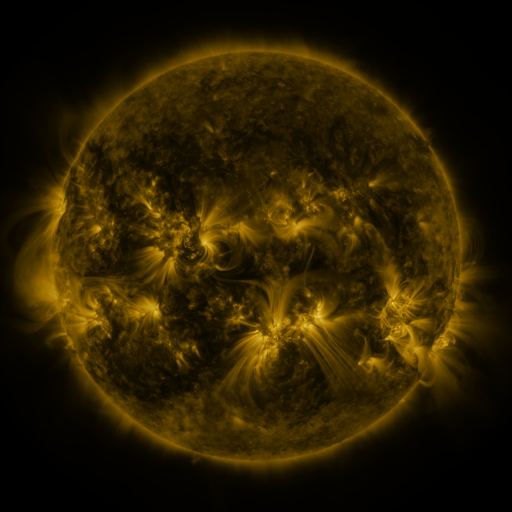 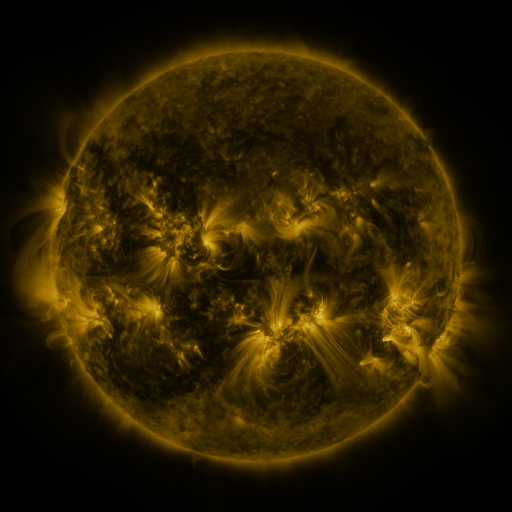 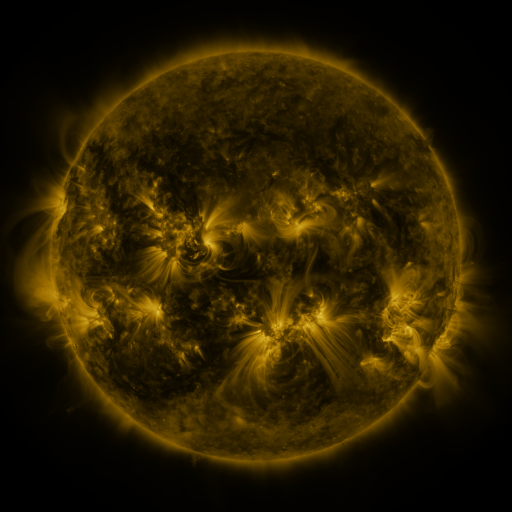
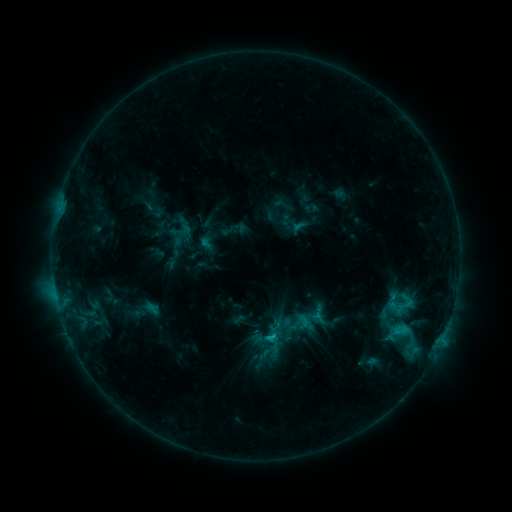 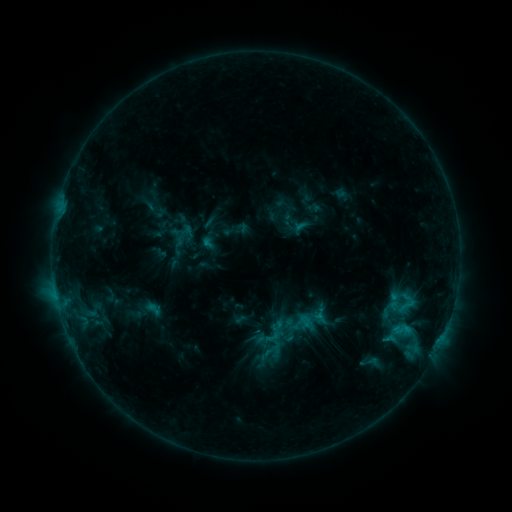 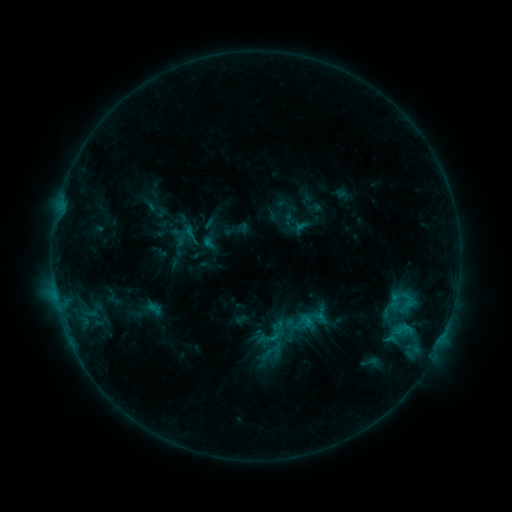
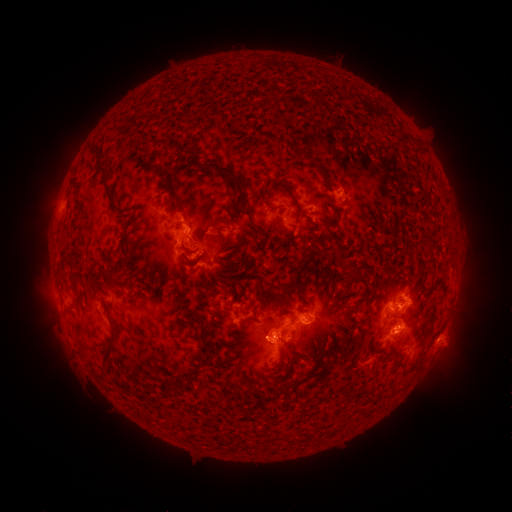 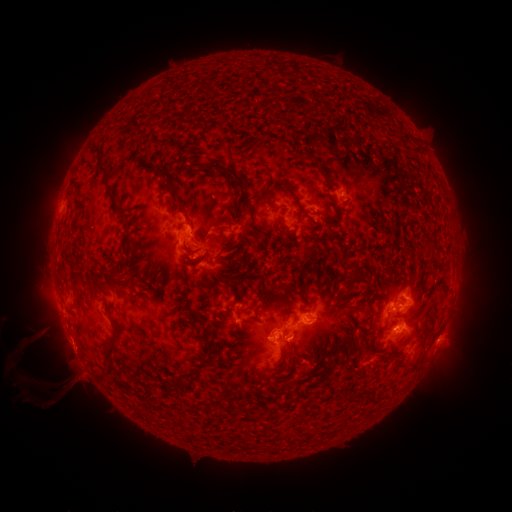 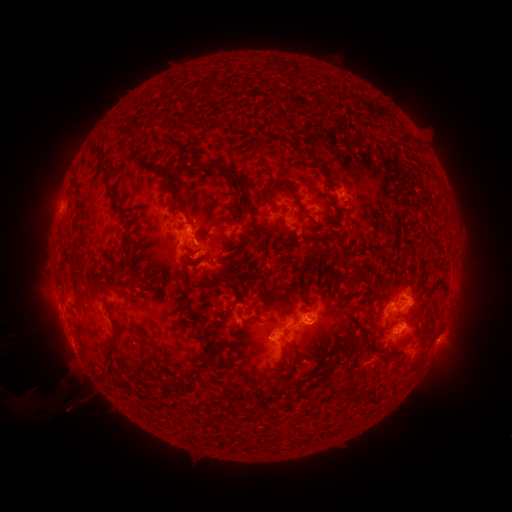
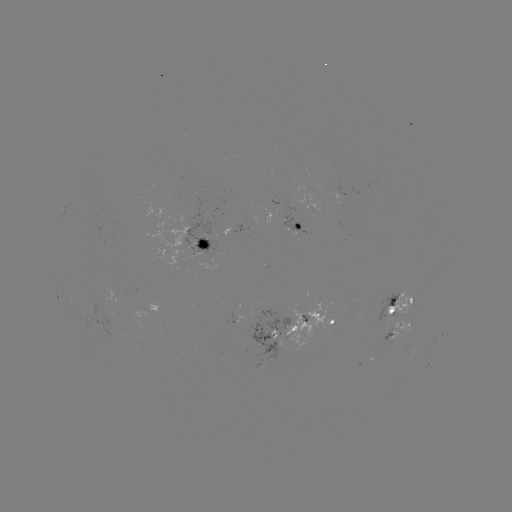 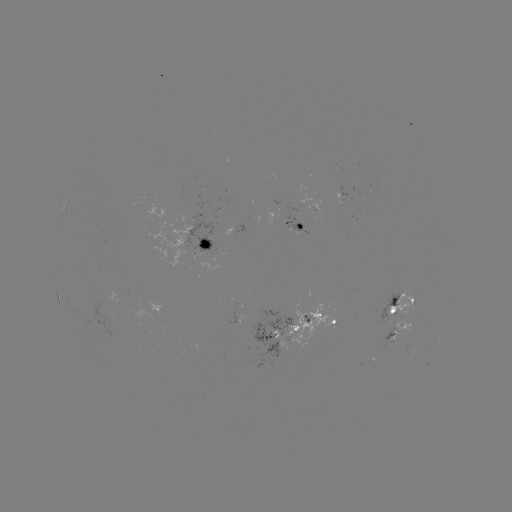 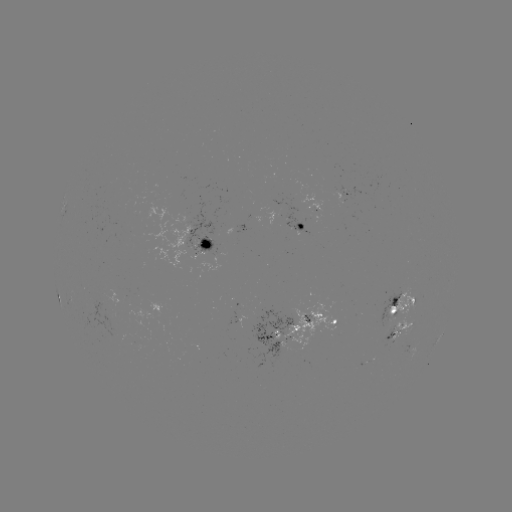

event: emerging-flux region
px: (214, 245)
